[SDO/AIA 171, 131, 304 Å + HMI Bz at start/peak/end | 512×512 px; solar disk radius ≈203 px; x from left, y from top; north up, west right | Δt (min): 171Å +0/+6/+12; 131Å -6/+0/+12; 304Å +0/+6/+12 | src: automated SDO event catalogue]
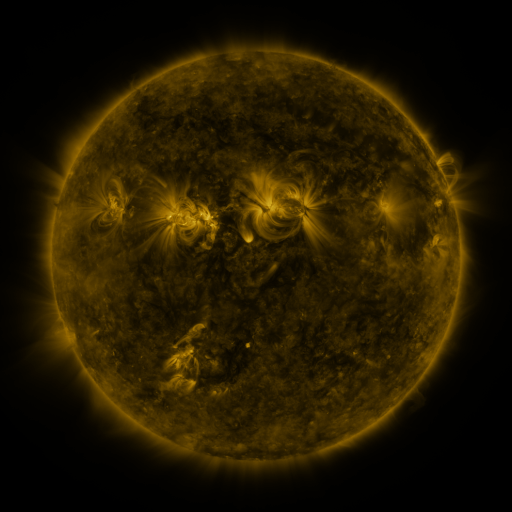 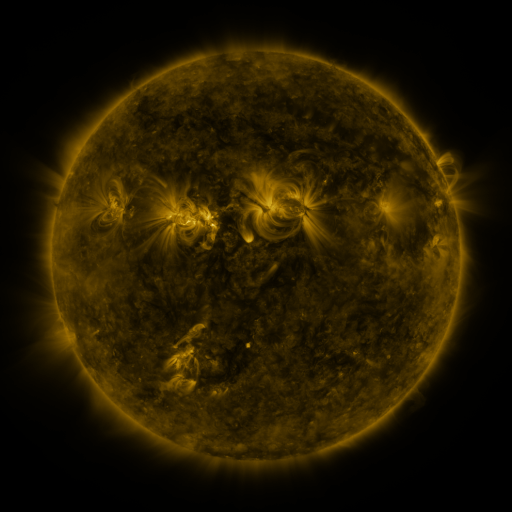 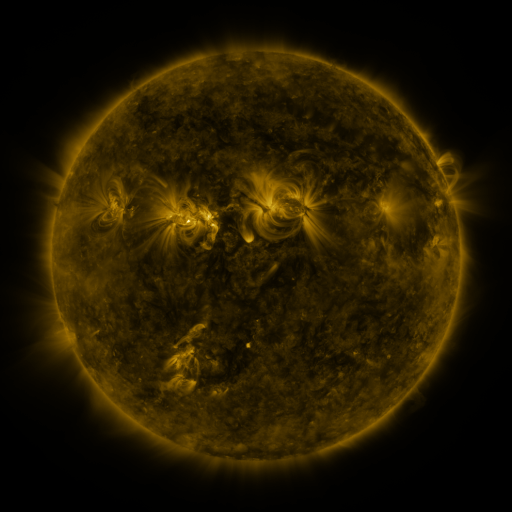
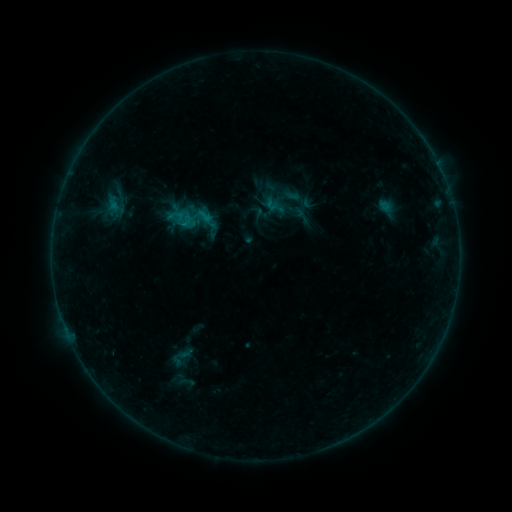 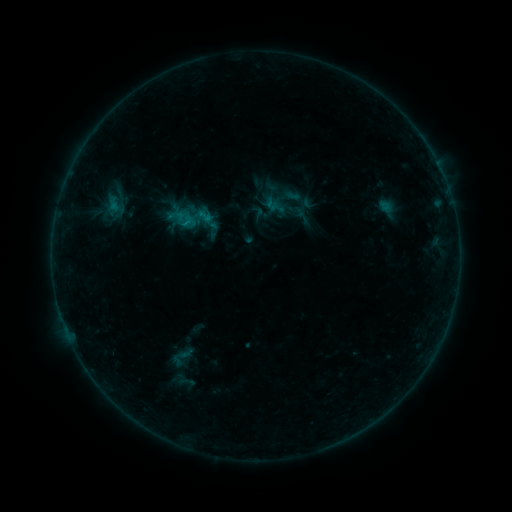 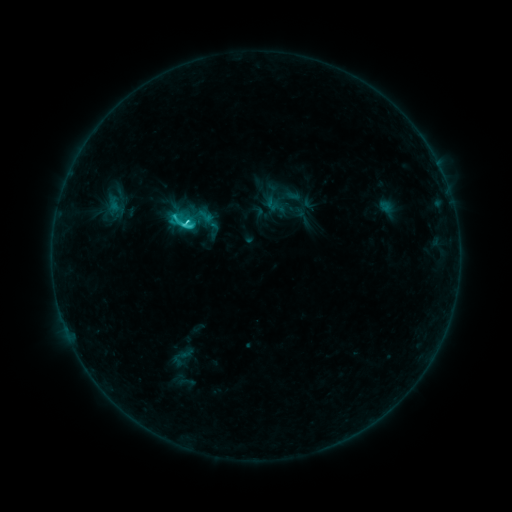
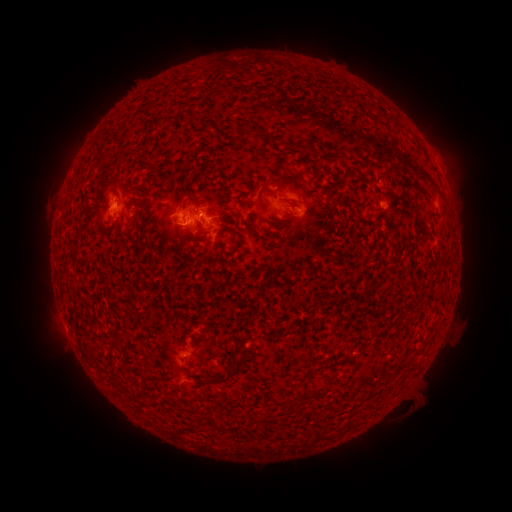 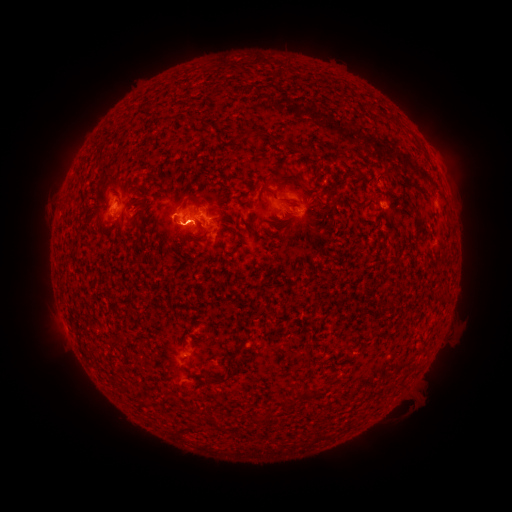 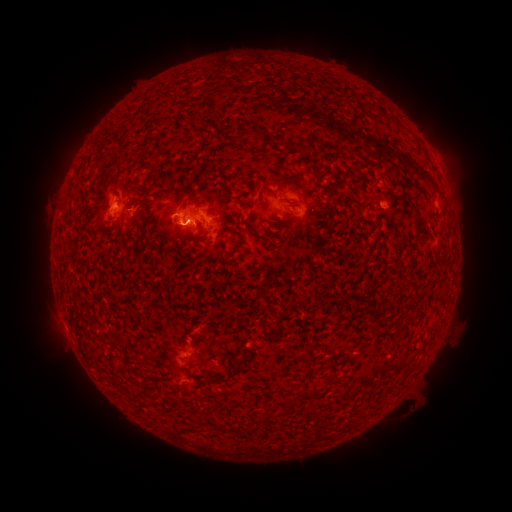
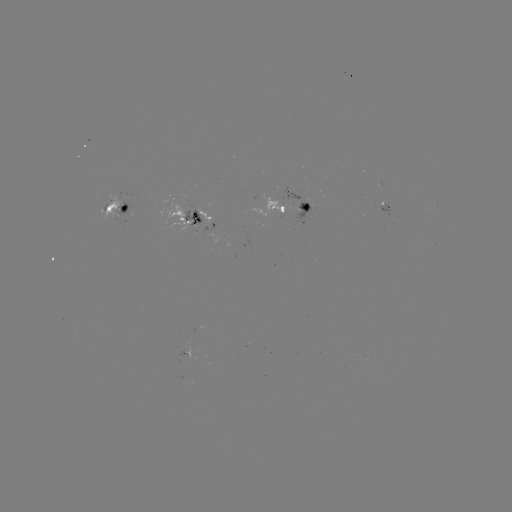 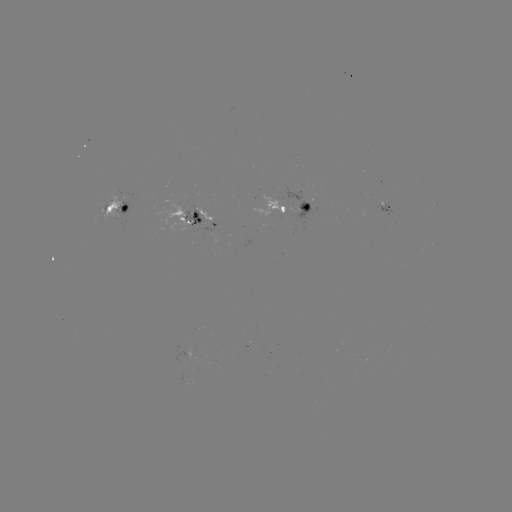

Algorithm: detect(C3.8 flare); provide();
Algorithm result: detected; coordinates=(188, 225)